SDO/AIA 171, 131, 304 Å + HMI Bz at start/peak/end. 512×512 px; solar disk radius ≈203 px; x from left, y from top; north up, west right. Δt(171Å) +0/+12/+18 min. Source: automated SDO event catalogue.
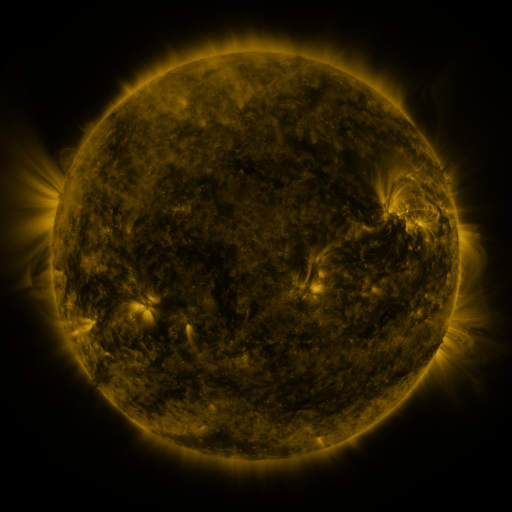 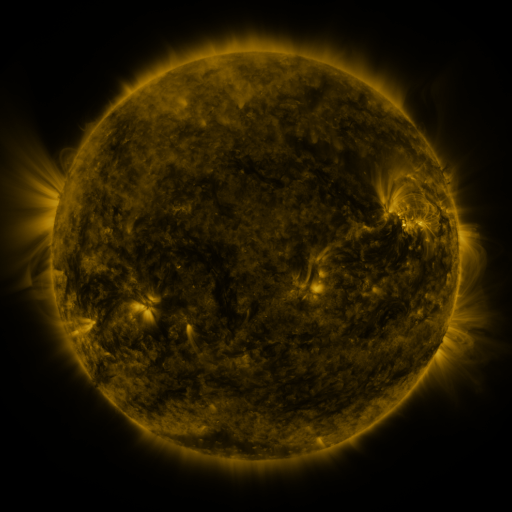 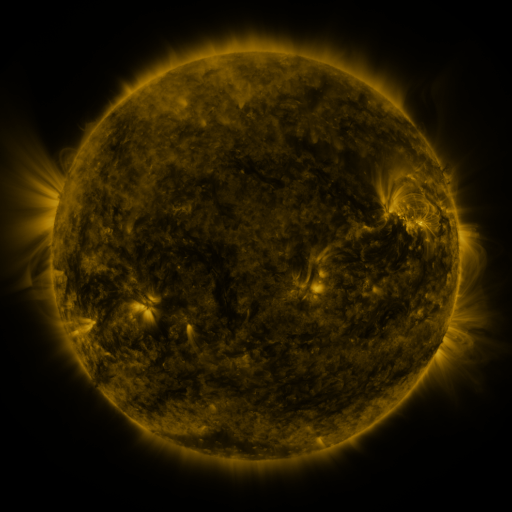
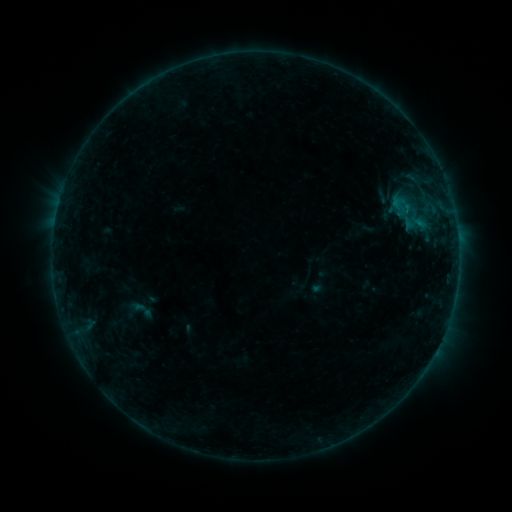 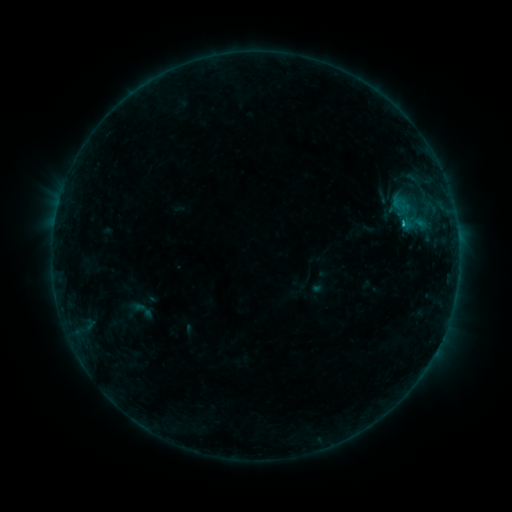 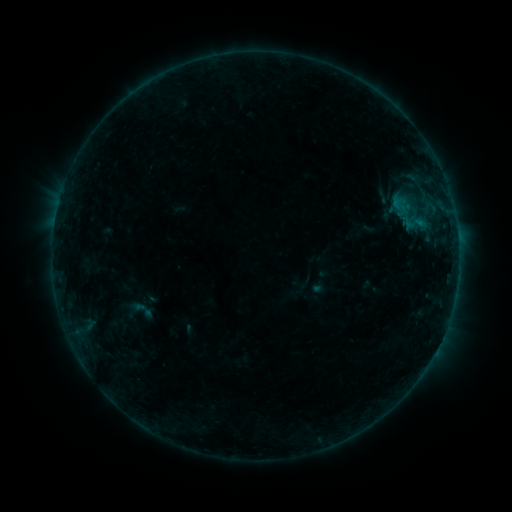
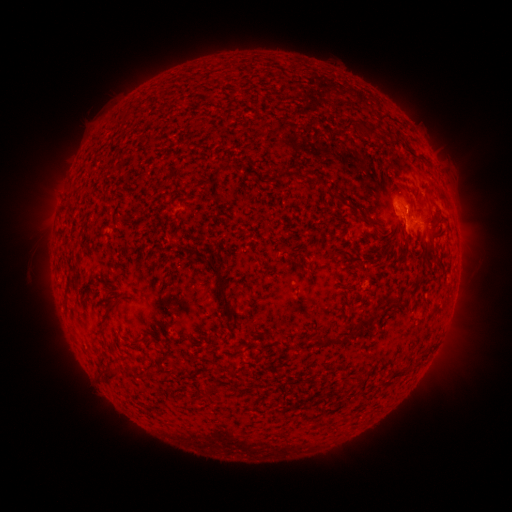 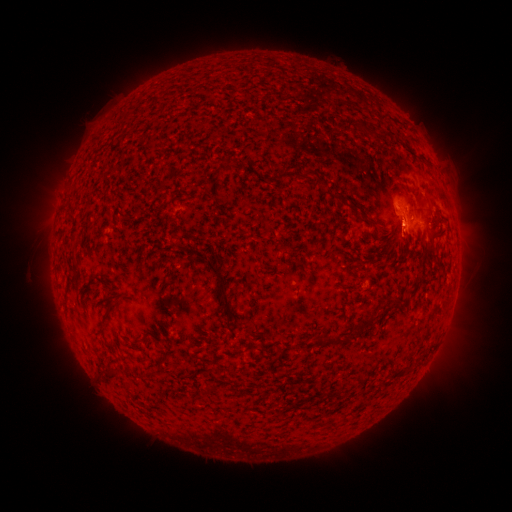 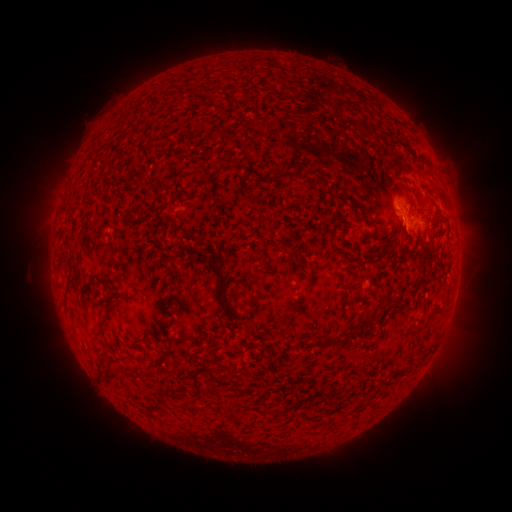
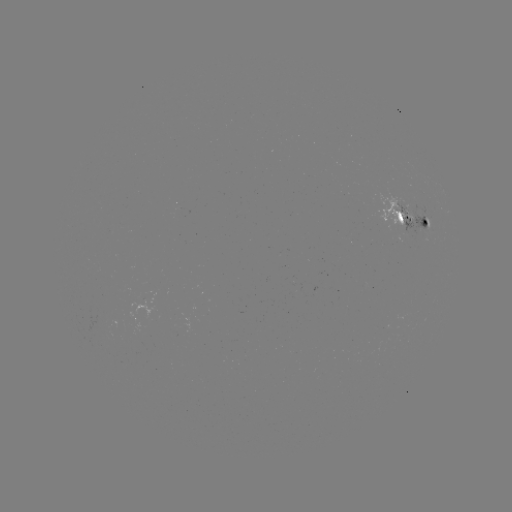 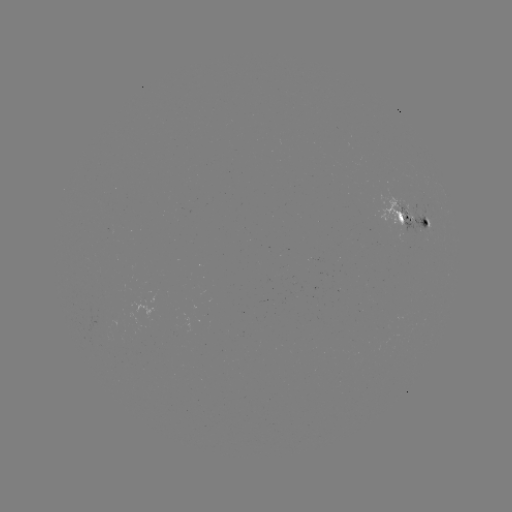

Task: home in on B7.4 flare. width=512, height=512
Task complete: [402, 225].